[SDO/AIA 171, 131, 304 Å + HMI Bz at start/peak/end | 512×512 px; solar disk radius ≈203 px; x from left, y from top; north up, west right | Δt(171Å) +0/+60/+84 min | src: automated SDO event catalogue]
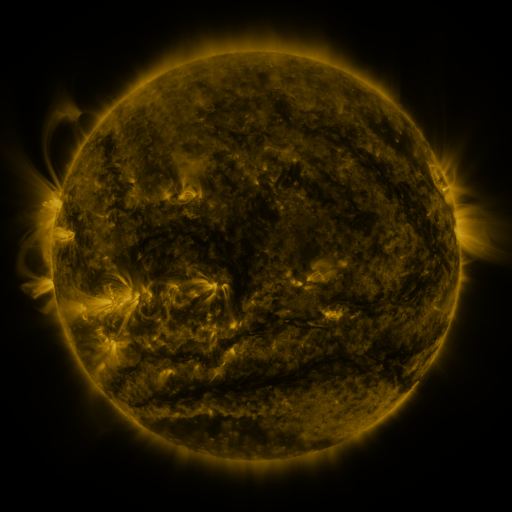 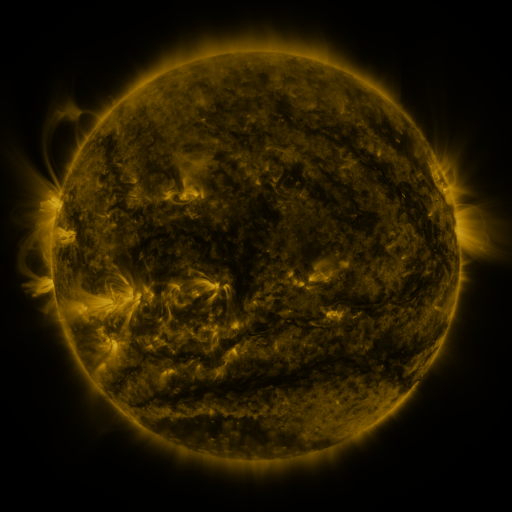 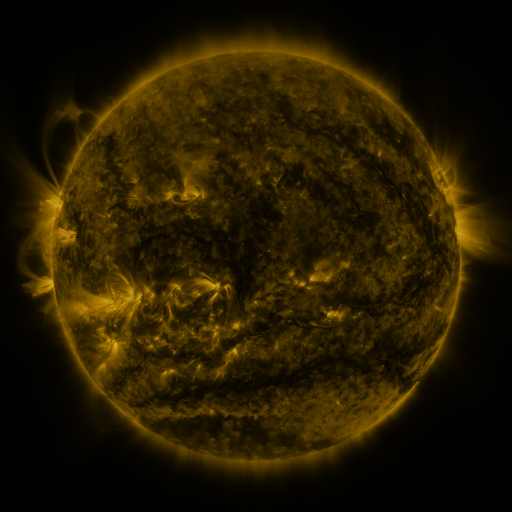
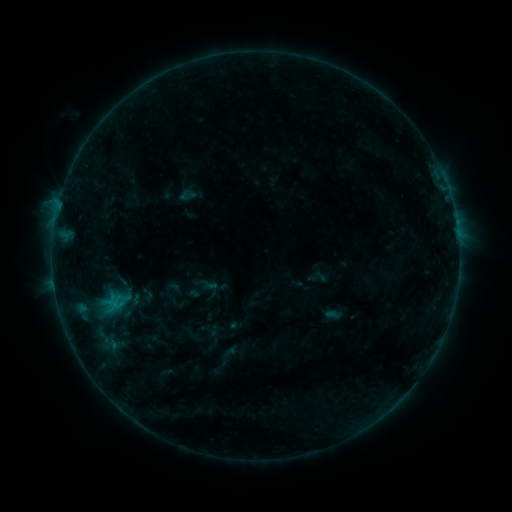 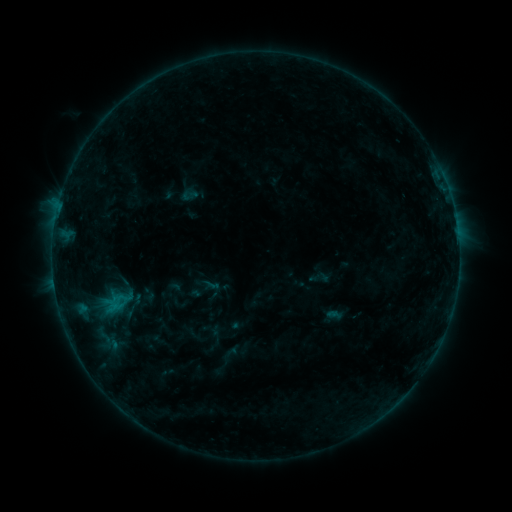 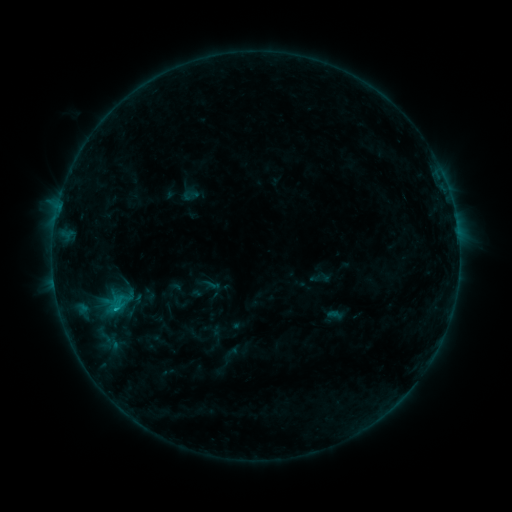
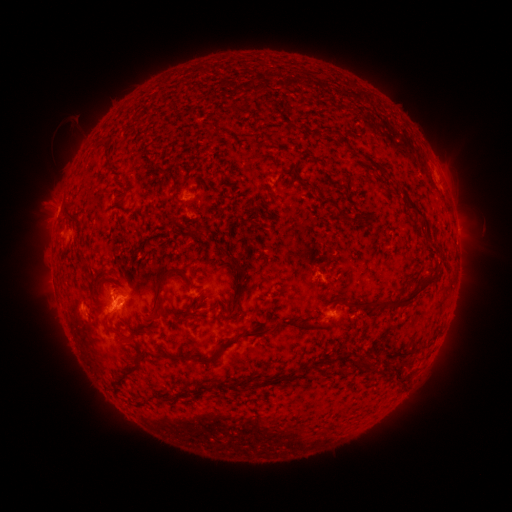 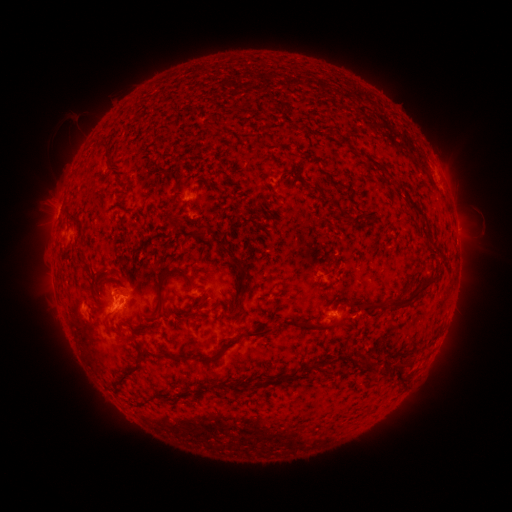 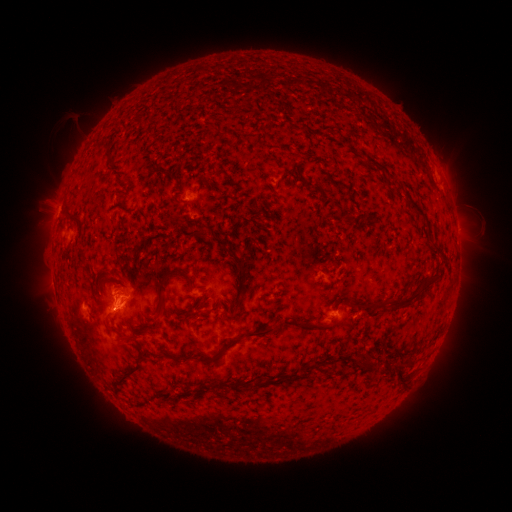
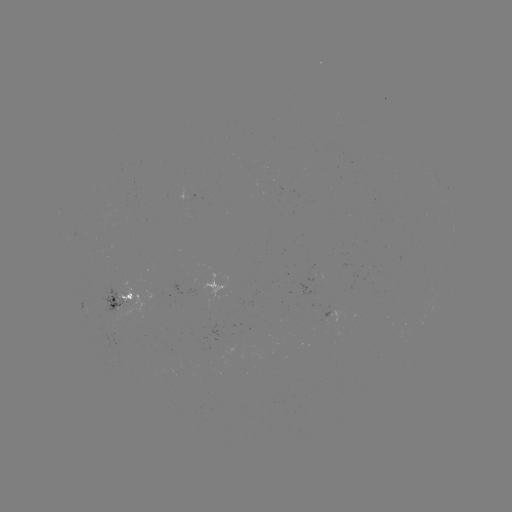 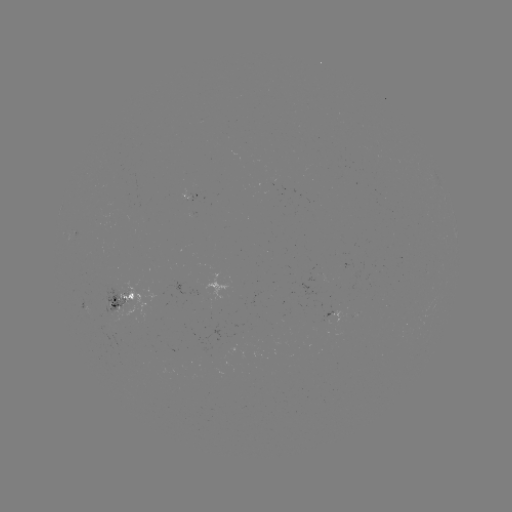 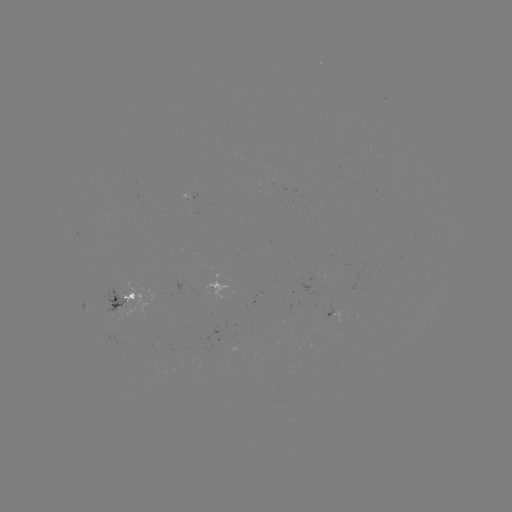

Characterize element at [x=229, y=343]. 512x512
emerging-flux region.